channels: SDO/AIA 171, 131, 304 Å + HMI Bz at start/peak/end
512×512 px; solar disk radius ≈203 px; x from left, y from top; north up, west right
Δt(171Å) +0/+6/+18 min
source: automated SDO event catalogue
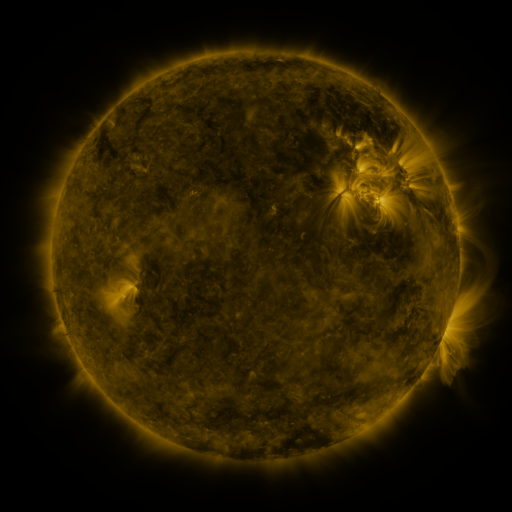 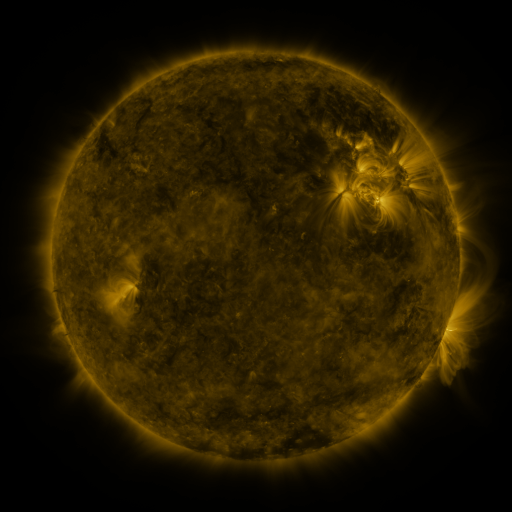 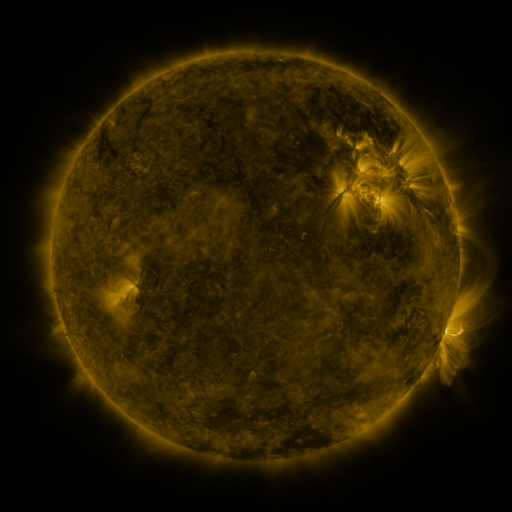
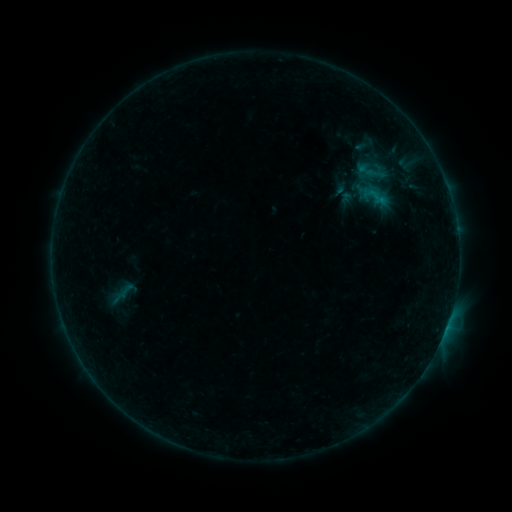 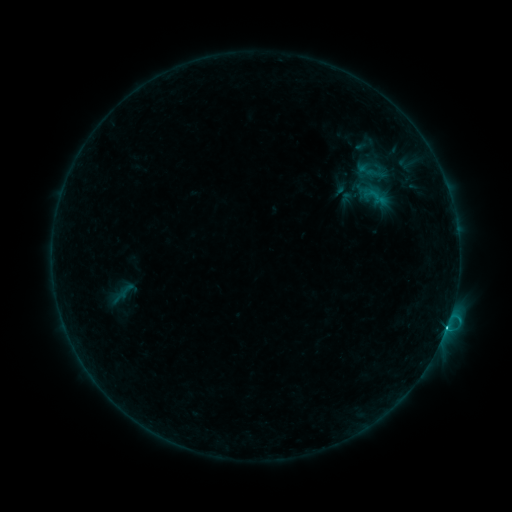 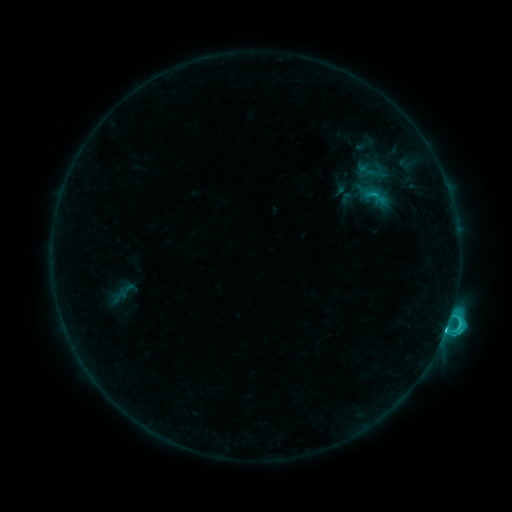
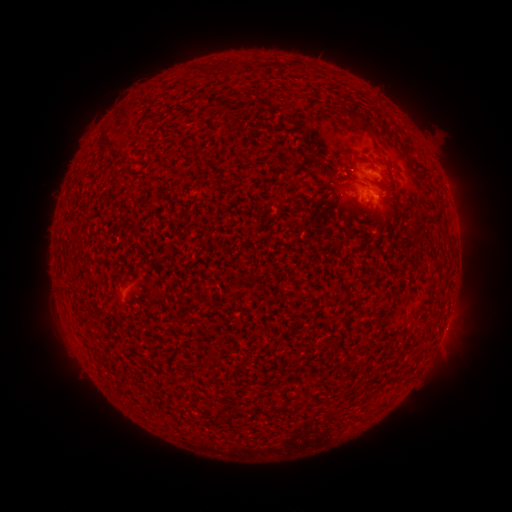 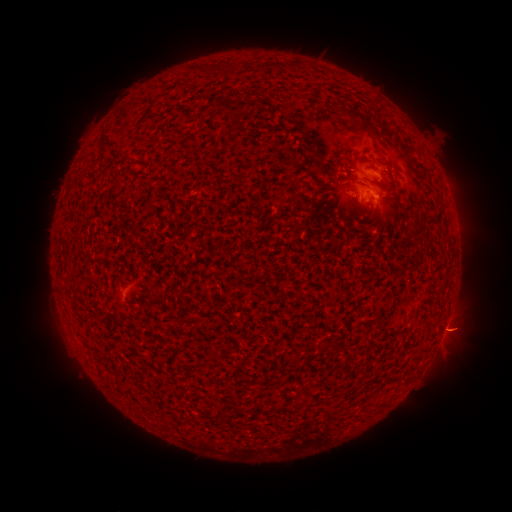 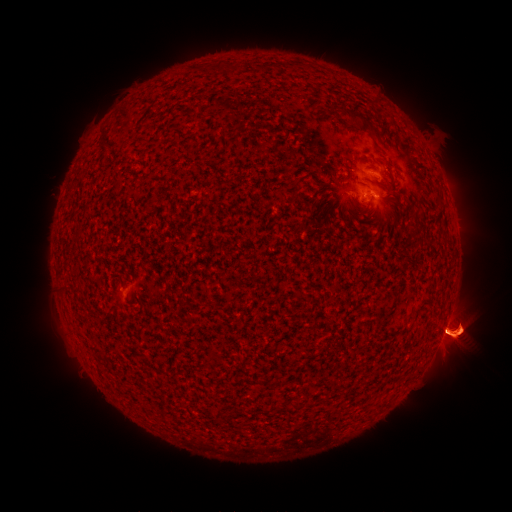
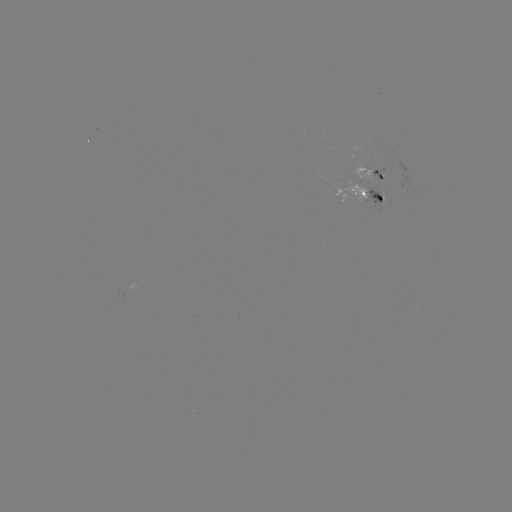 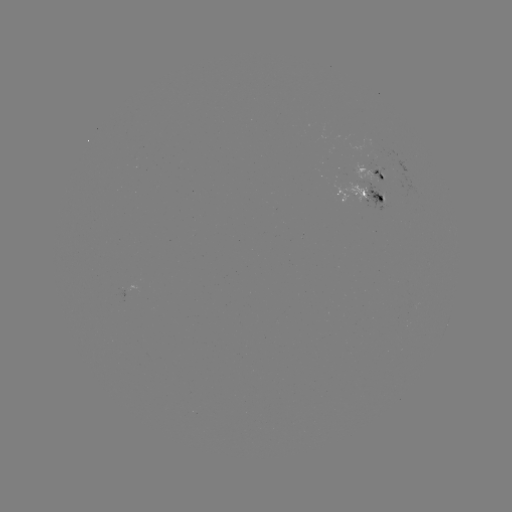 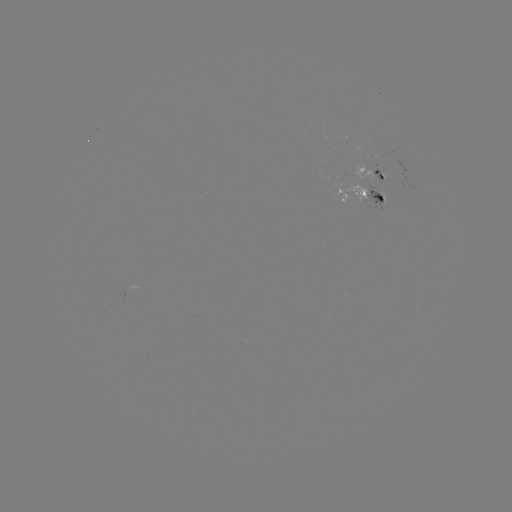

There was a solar eruption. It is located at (455, 333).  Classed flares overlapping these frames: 2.